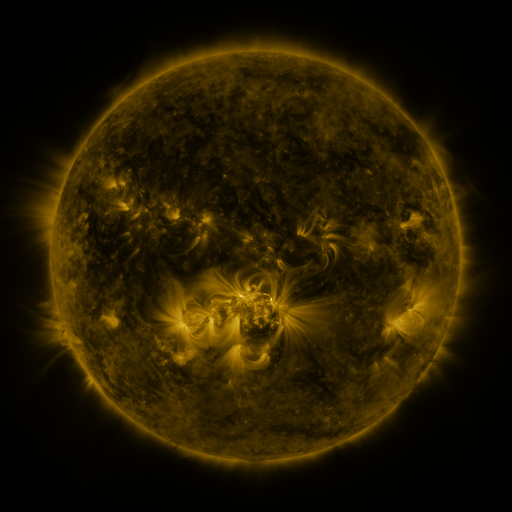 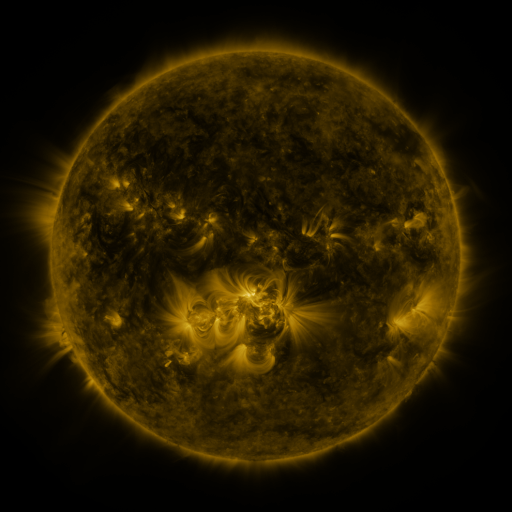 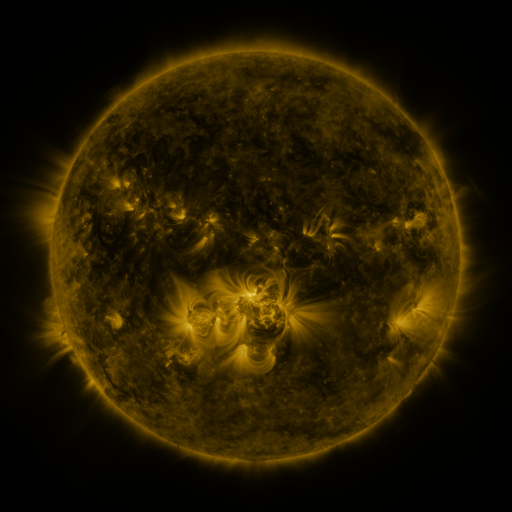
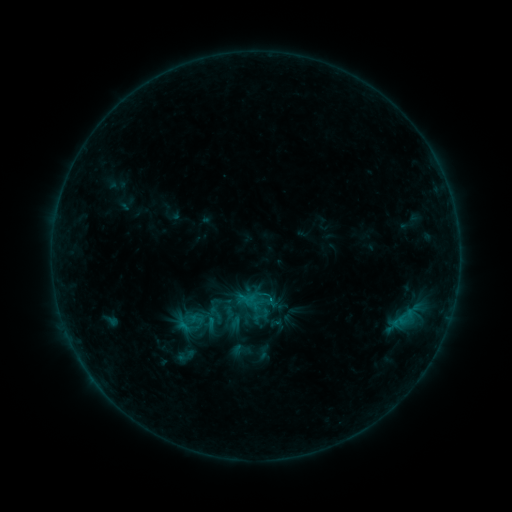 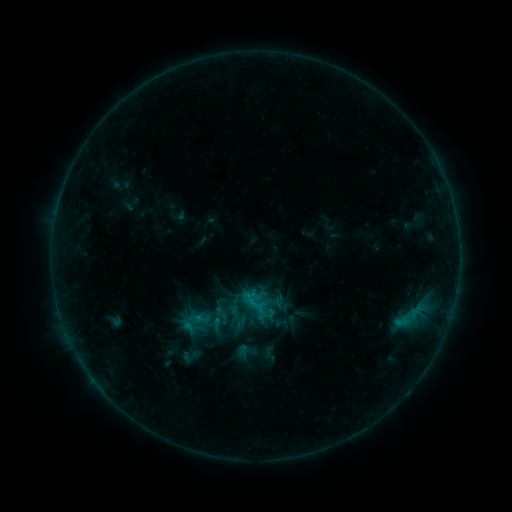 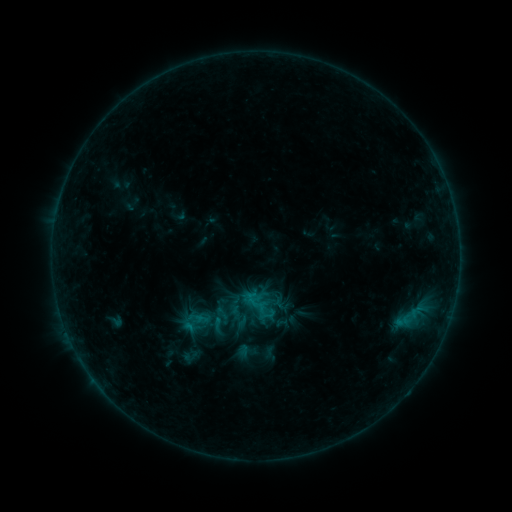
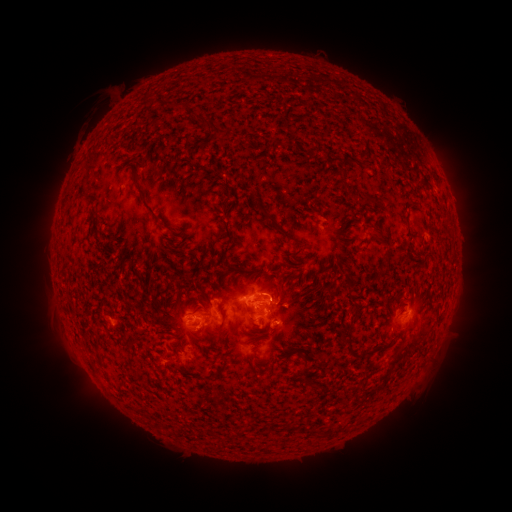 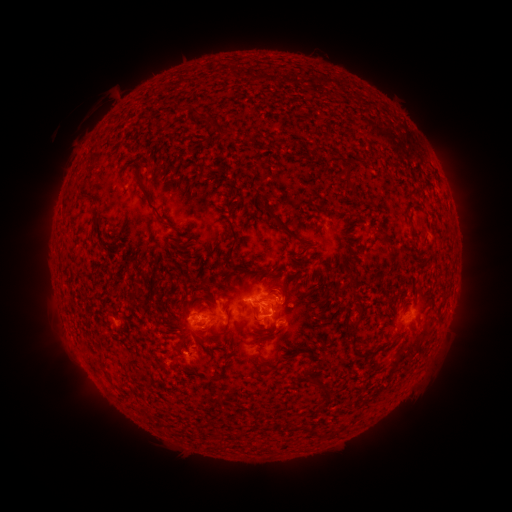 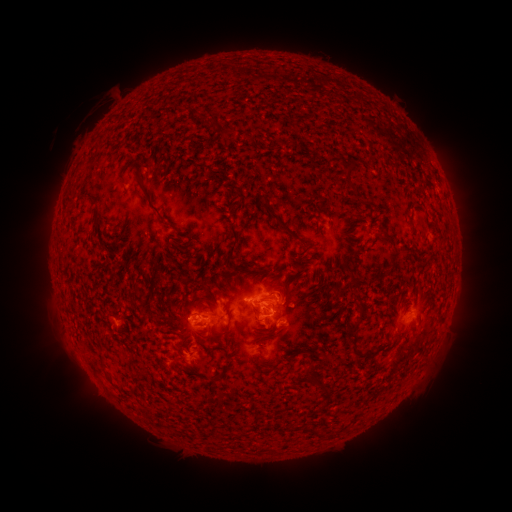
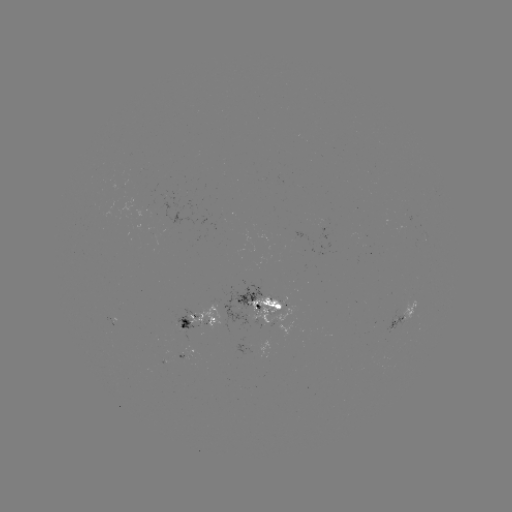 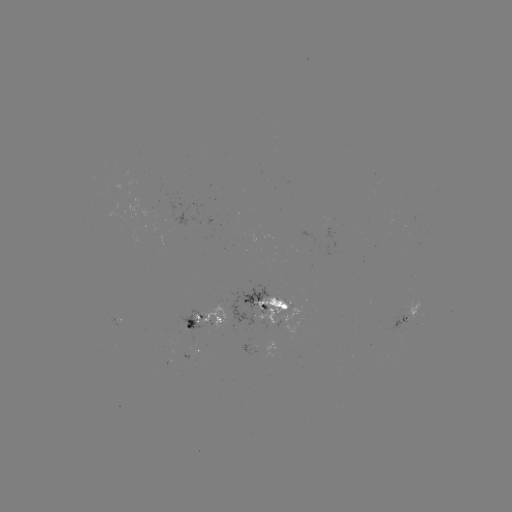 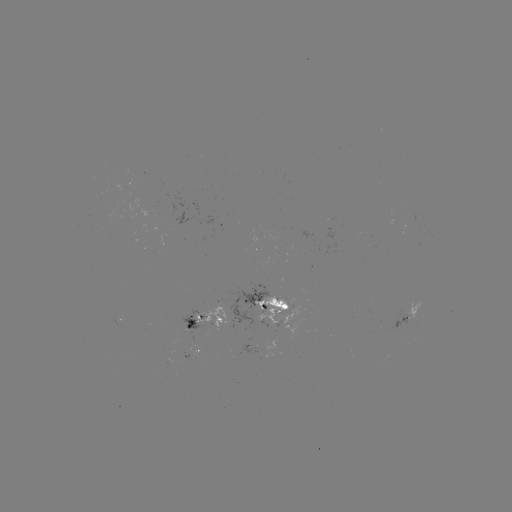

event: emerging-flux region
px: (275, 300)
